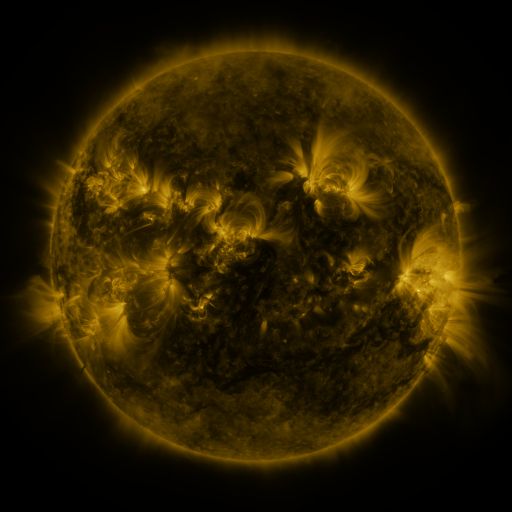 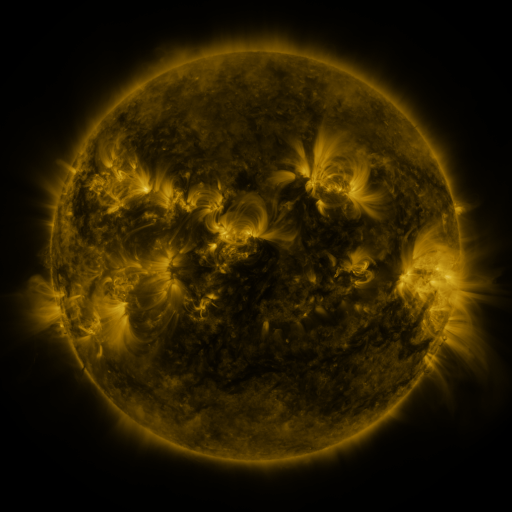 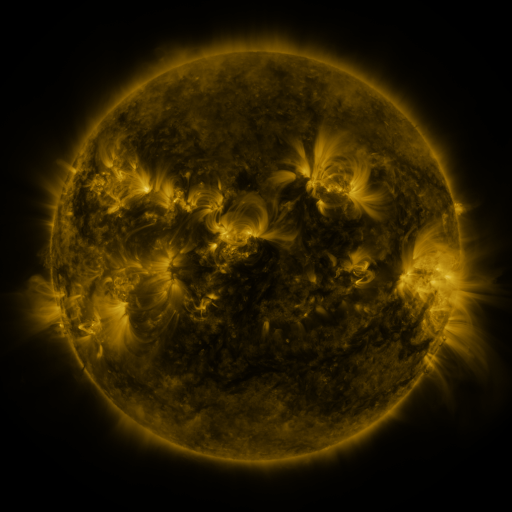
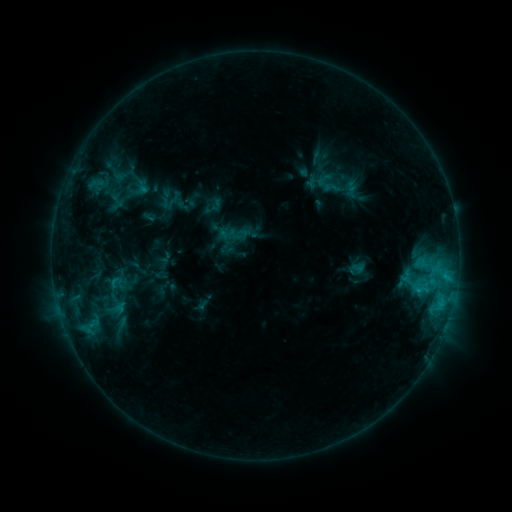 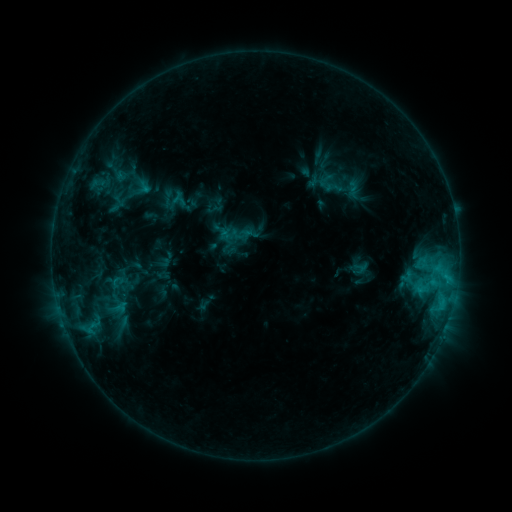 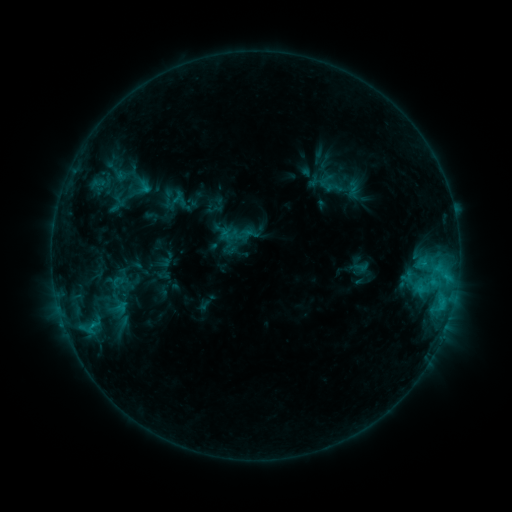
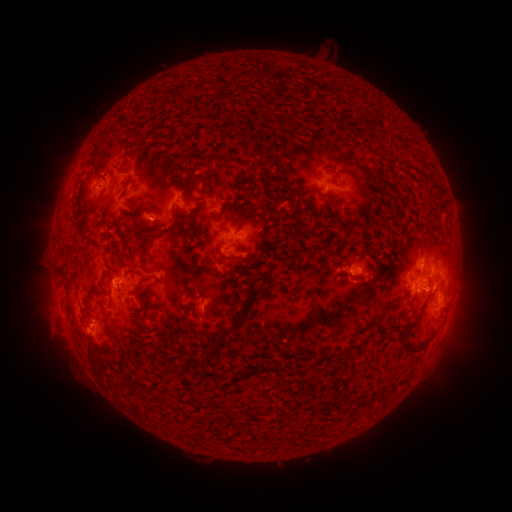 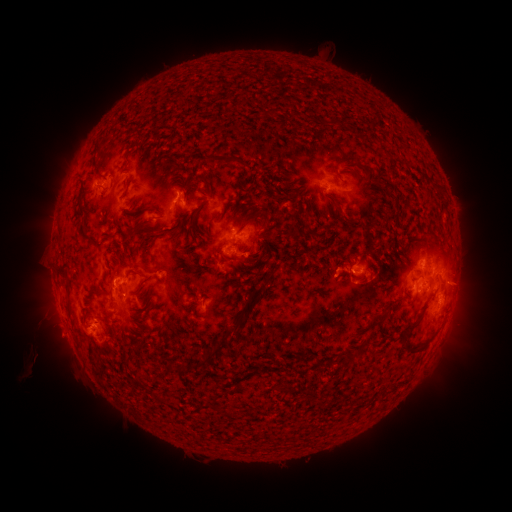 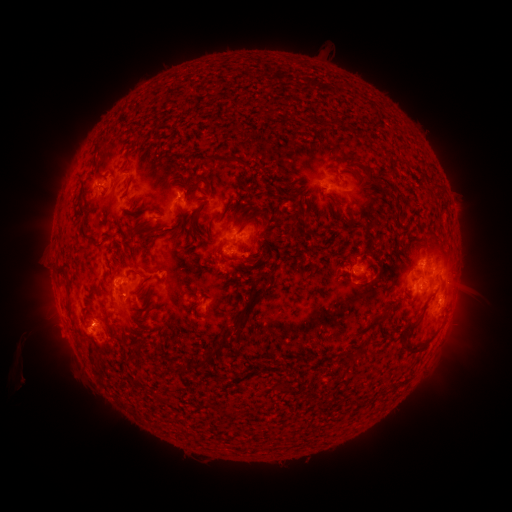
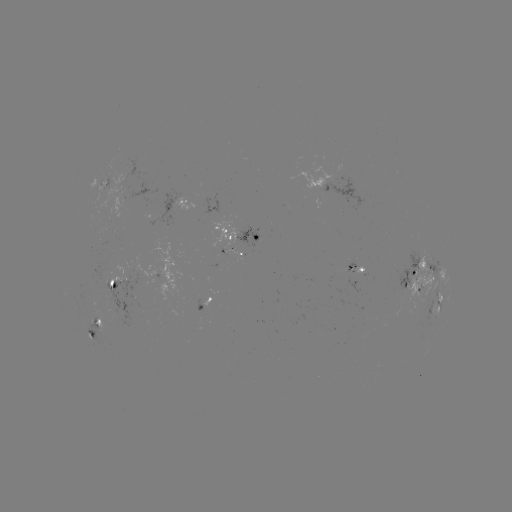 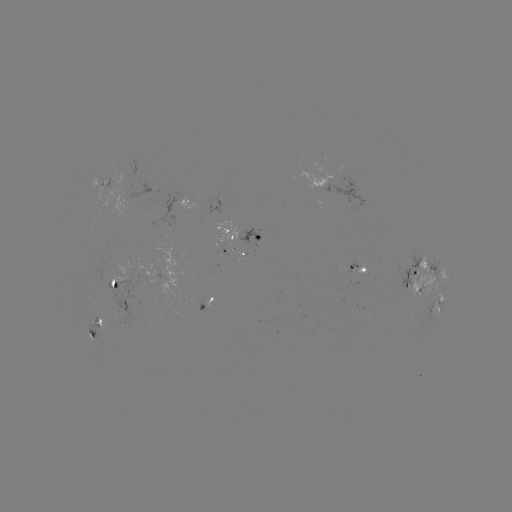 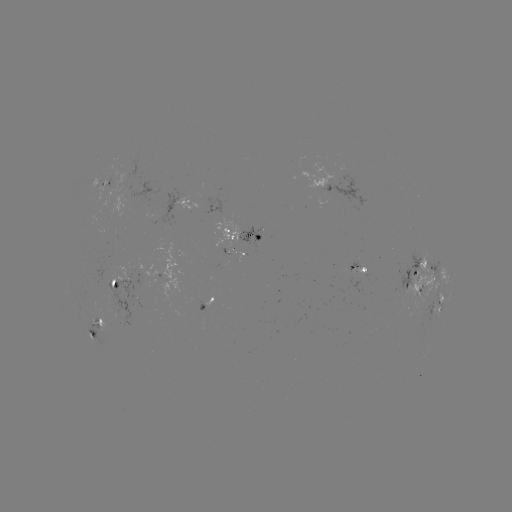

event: emerging-flux region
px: (358, 272)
